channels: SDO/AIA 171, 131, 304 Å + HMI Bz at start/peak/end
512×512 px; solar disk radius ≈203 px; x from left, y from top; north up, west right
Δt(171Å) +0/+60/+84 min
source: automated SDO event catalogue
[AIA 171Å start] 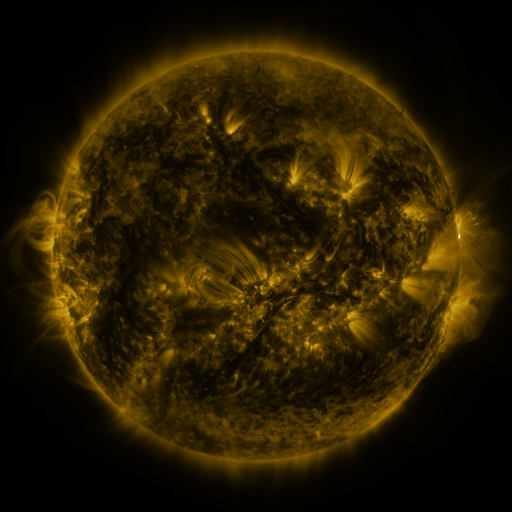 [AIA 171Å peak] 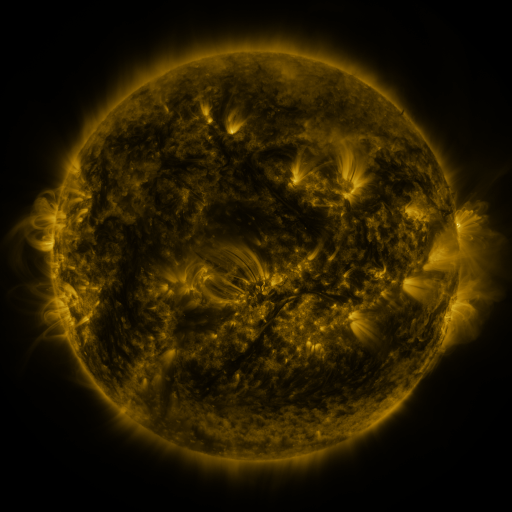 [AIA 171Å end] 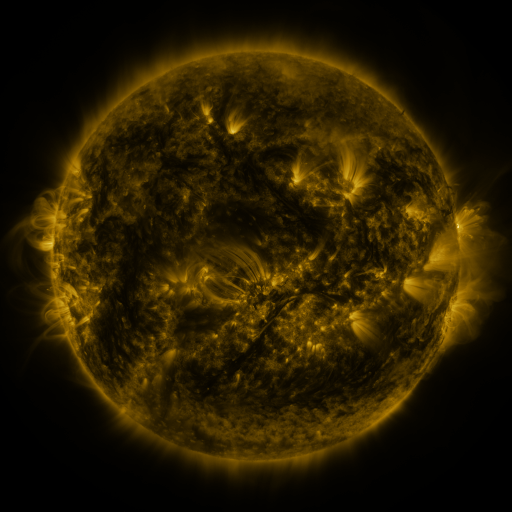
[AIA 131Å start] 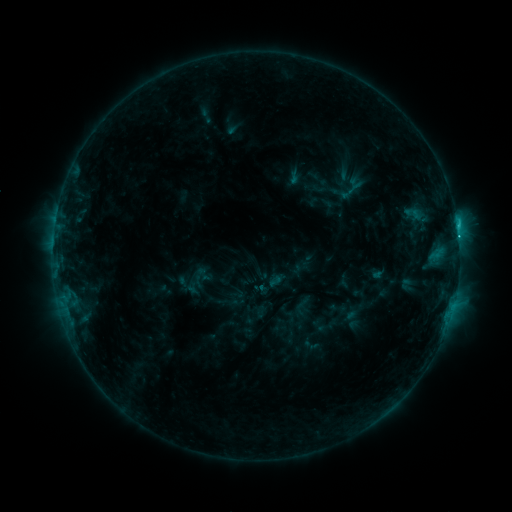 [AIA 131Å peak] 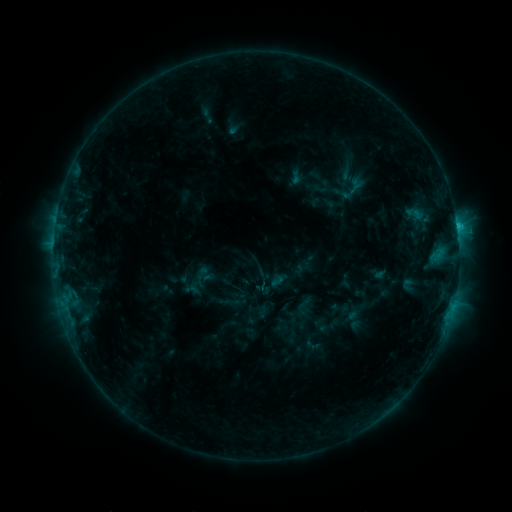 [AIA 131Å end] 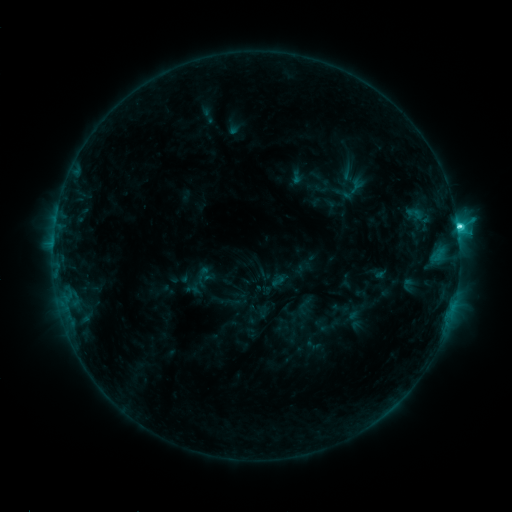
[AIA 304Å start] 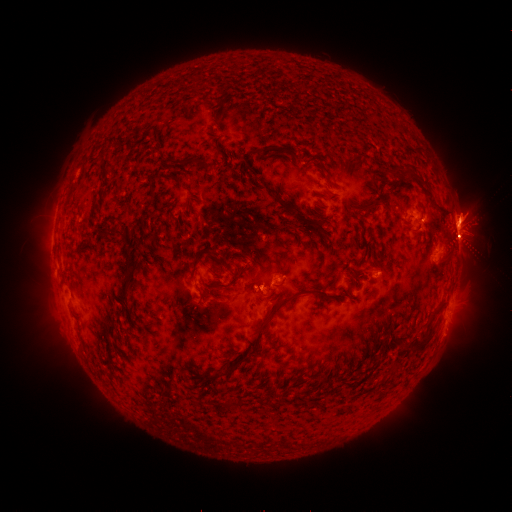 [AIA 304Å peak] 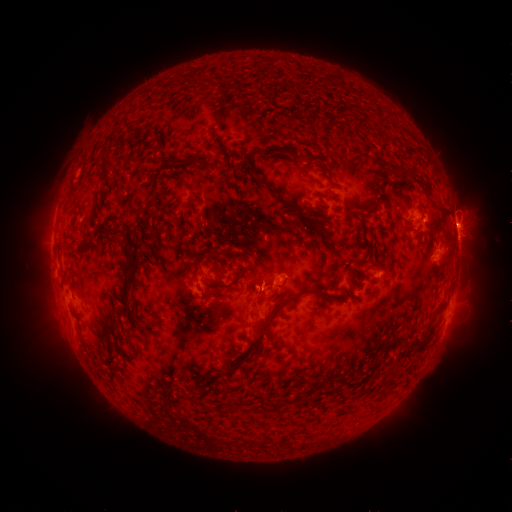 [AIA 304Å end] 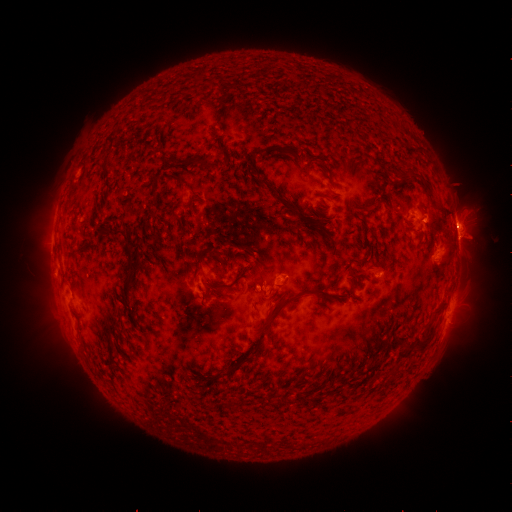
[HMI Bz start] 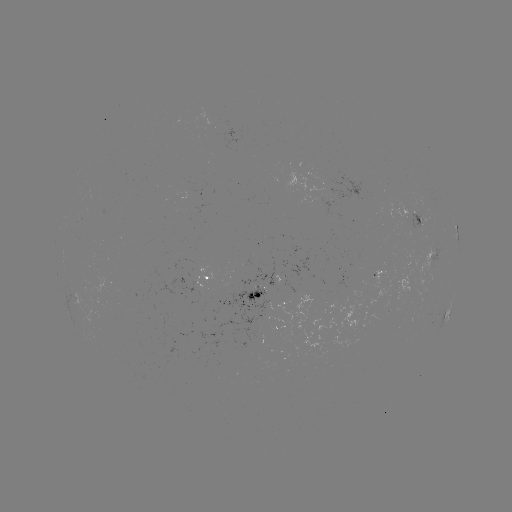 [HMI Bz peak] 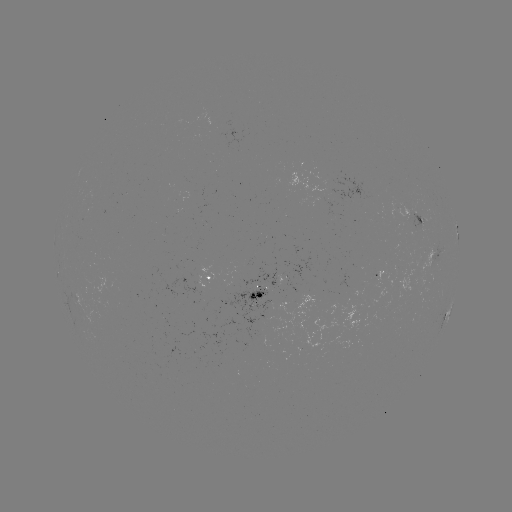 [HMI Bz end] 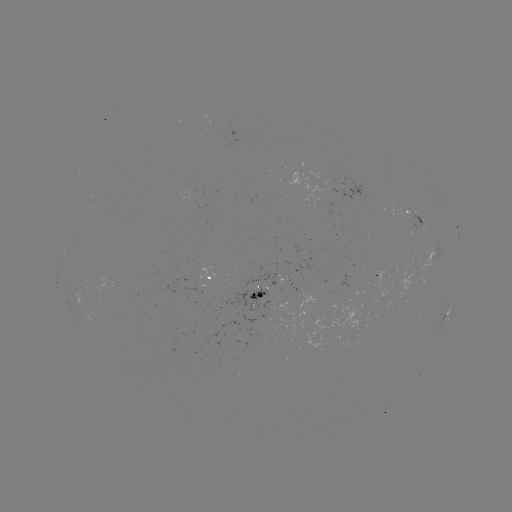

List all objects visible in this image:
emerging-flux region: (199, 275)
